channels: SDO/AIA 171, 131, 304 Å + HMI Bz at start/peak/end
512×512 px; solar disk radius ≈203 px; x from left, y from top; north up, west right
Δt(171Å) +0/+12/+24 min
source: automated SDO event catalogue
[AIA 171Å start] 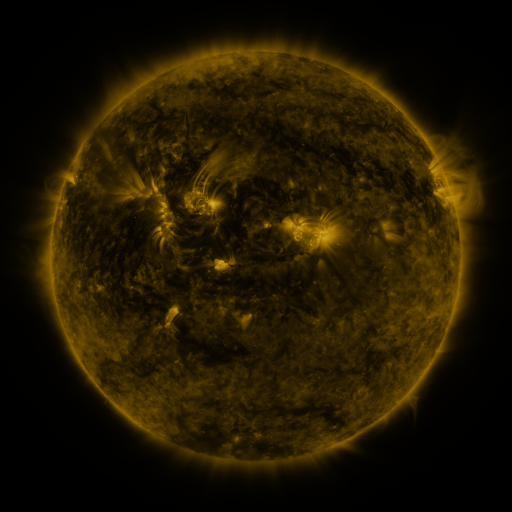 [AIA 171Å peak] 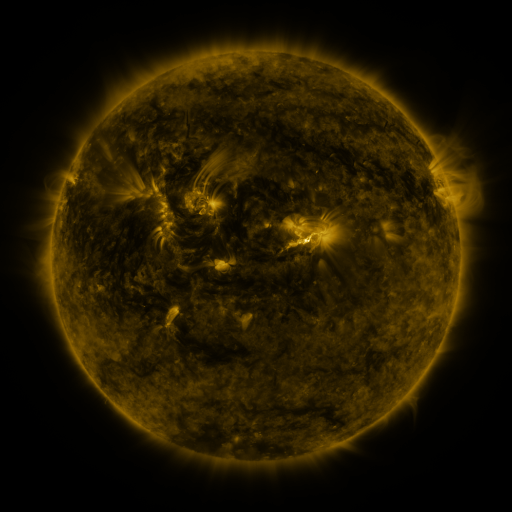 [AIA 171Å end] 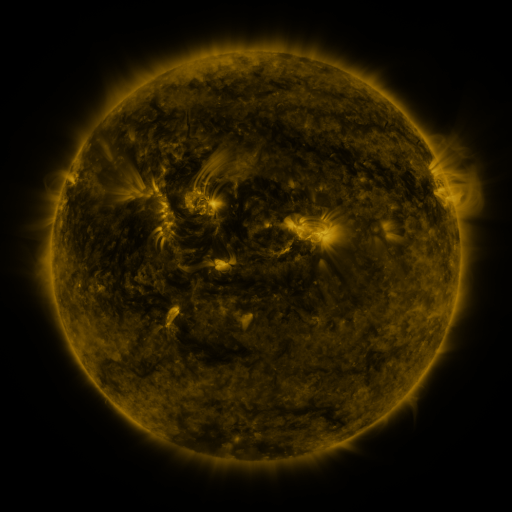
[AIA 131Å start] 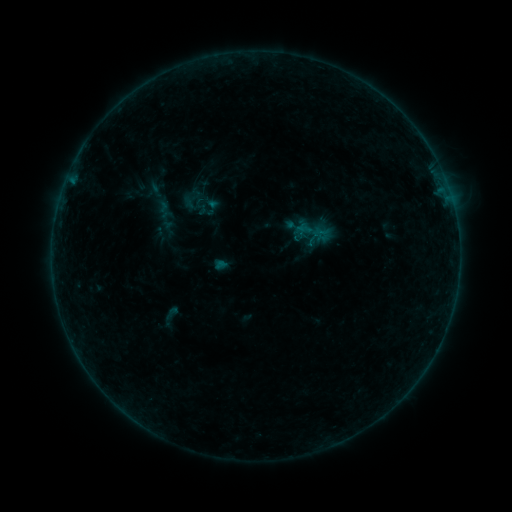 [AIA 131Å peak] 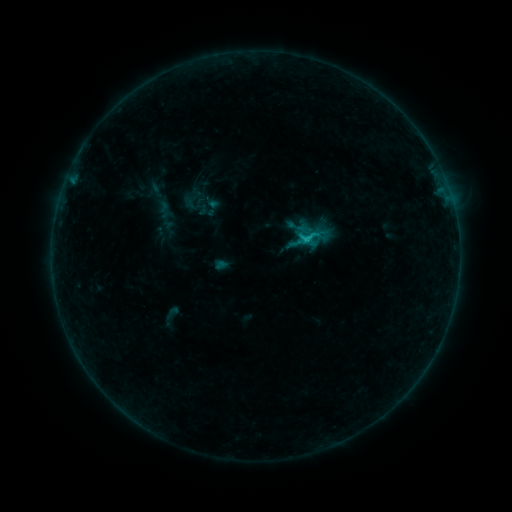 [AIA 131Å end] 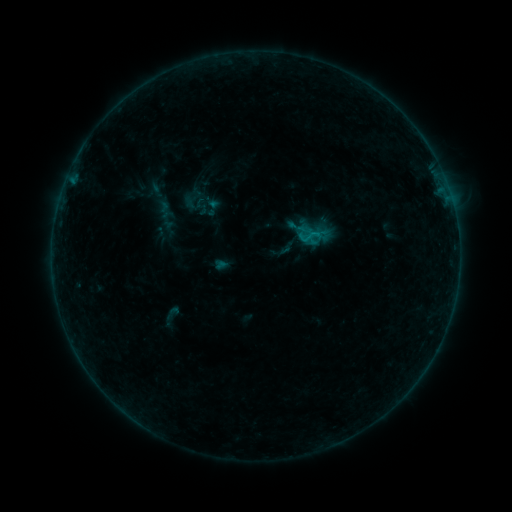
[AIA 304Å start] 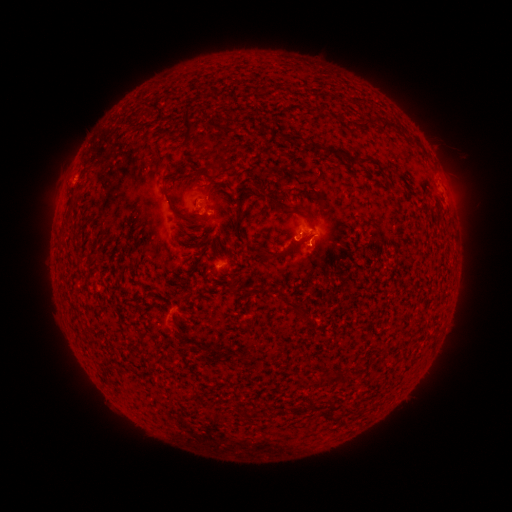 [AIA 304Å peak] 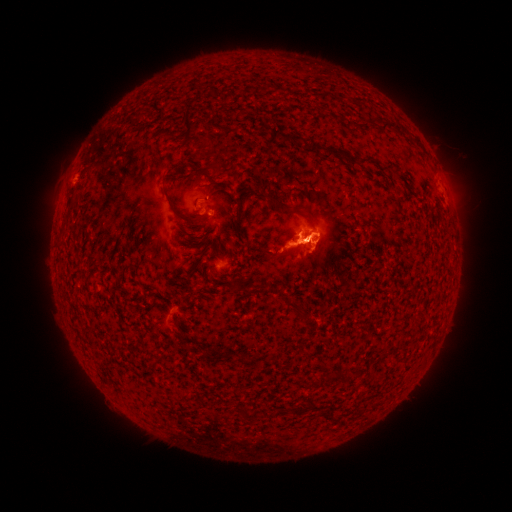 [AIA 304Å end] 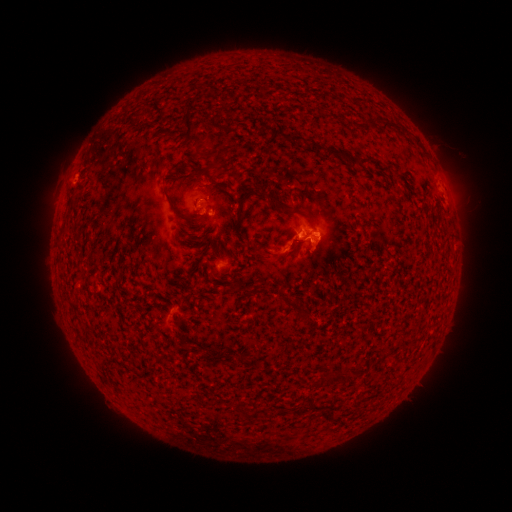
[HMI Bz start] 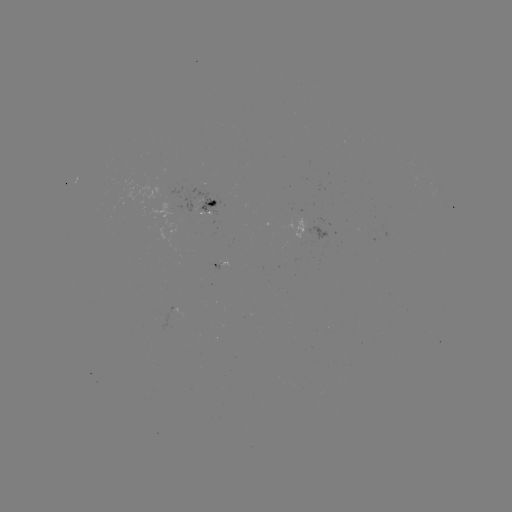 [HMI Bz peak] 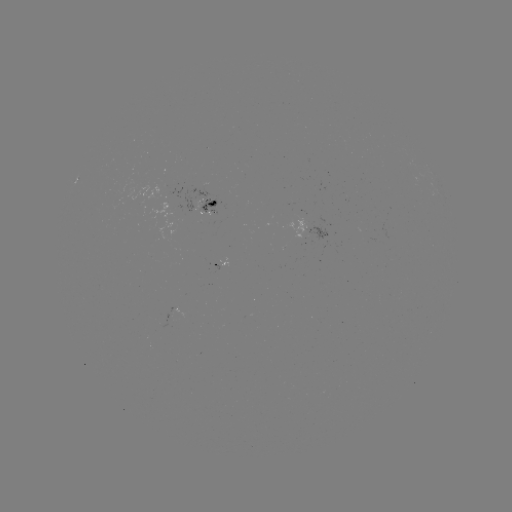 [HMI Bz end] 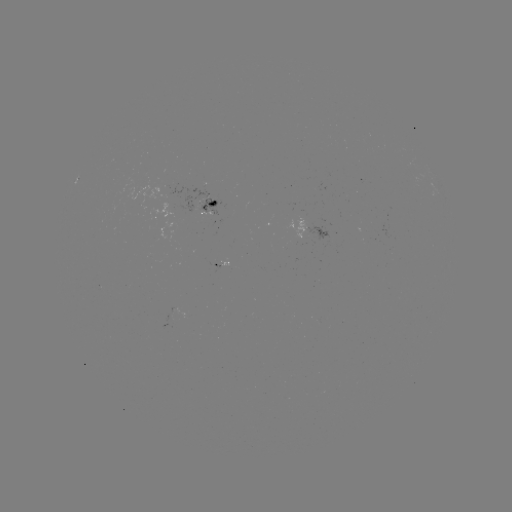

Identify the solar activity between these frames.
B9.4 flare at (308, 237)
